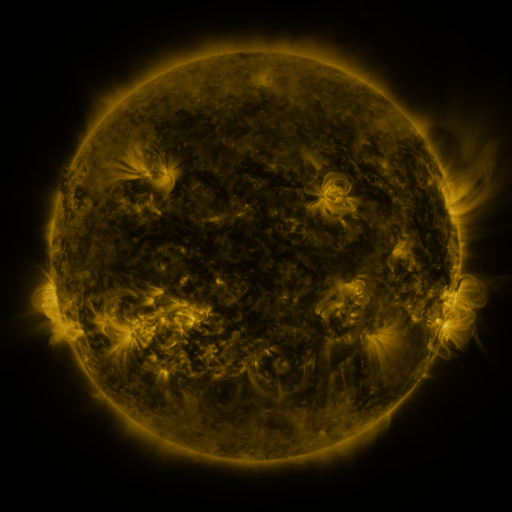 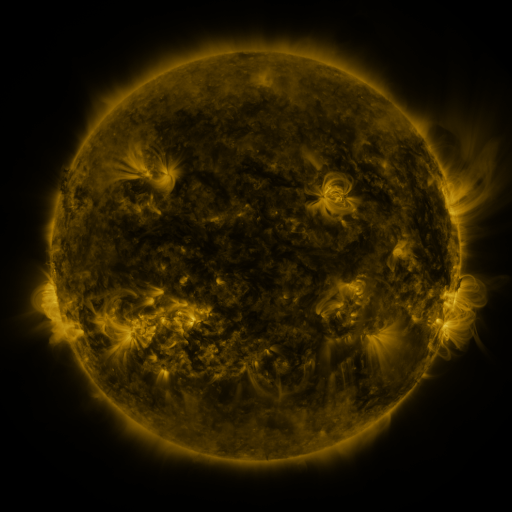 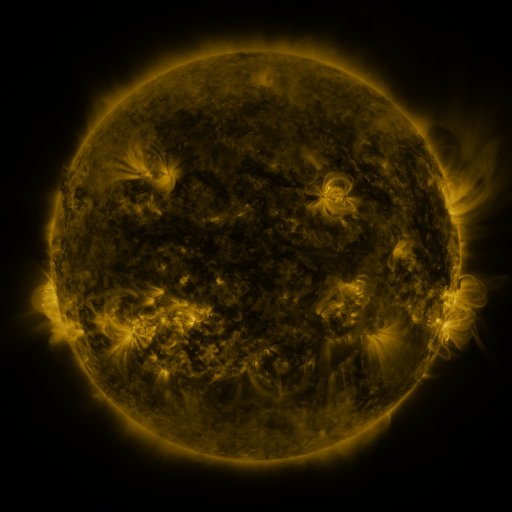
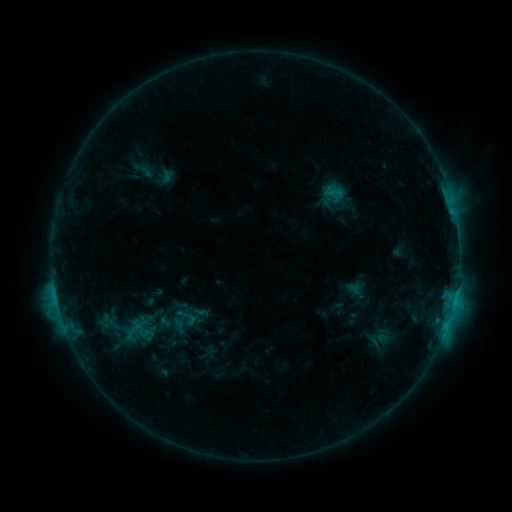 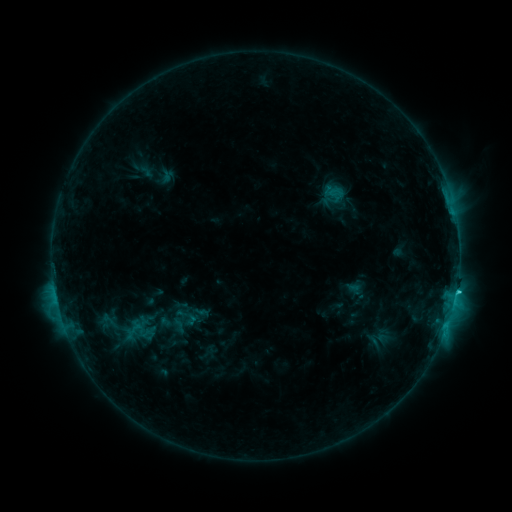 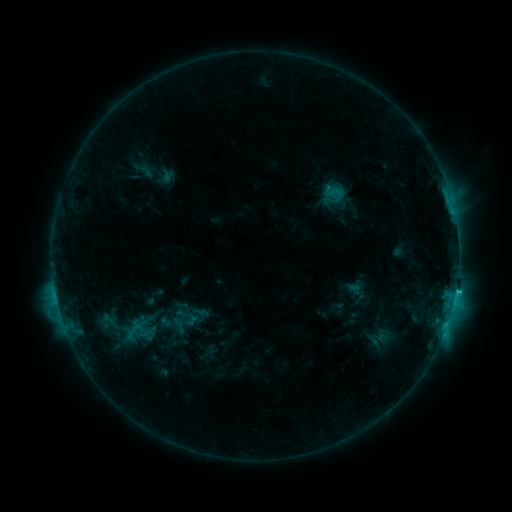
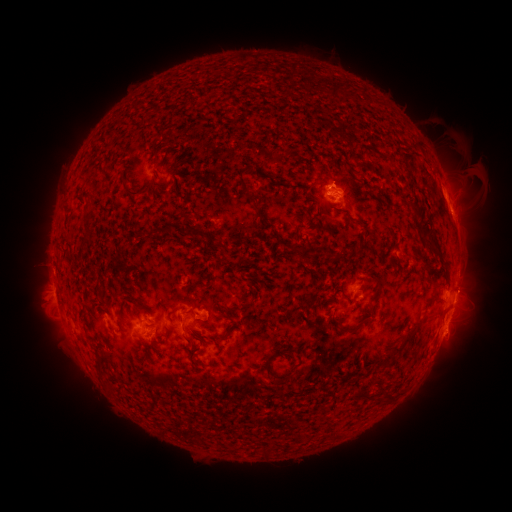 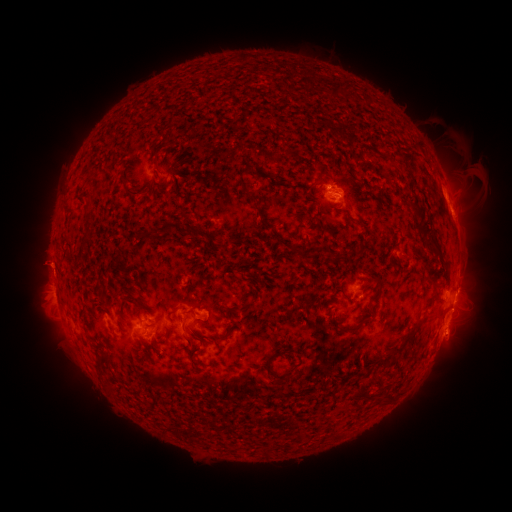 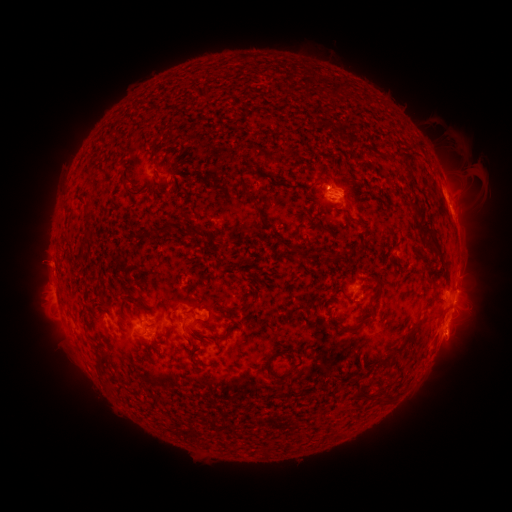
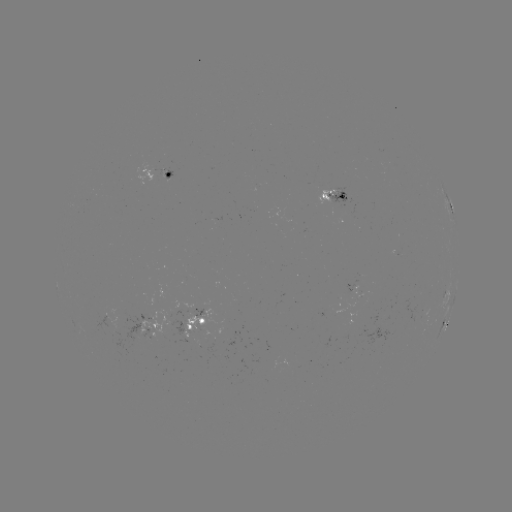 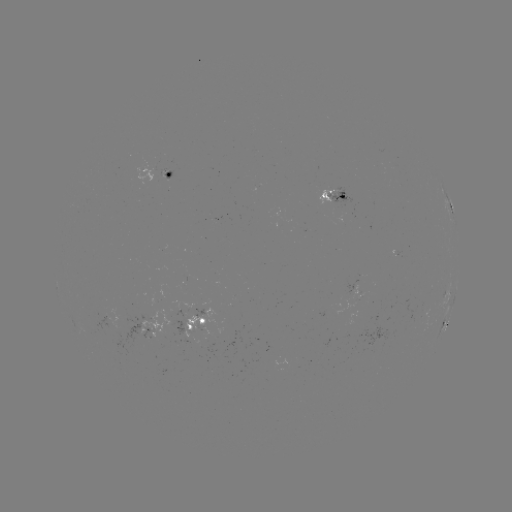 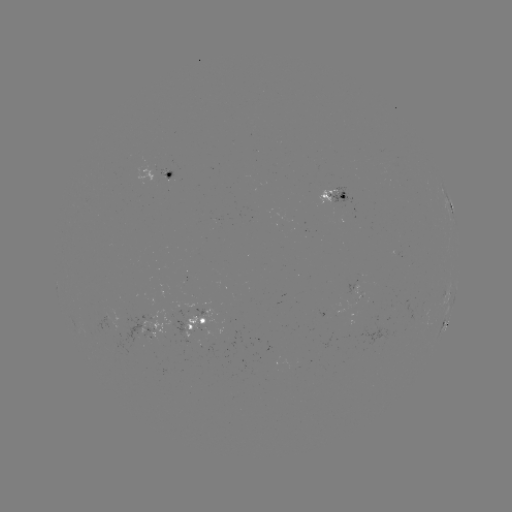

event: flare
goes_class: C2.1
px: (456, 291)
